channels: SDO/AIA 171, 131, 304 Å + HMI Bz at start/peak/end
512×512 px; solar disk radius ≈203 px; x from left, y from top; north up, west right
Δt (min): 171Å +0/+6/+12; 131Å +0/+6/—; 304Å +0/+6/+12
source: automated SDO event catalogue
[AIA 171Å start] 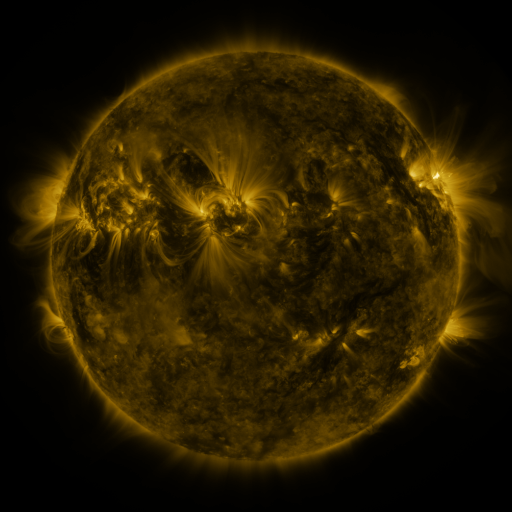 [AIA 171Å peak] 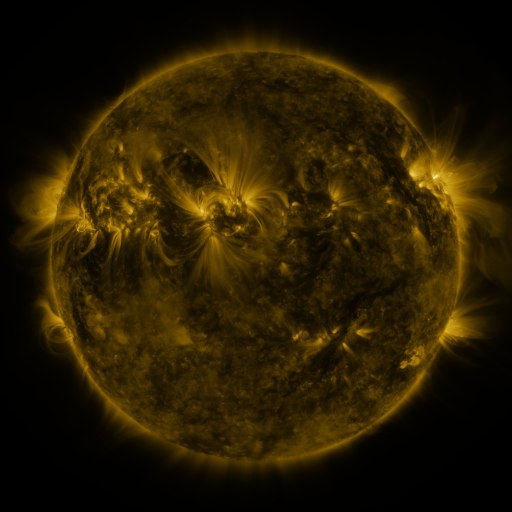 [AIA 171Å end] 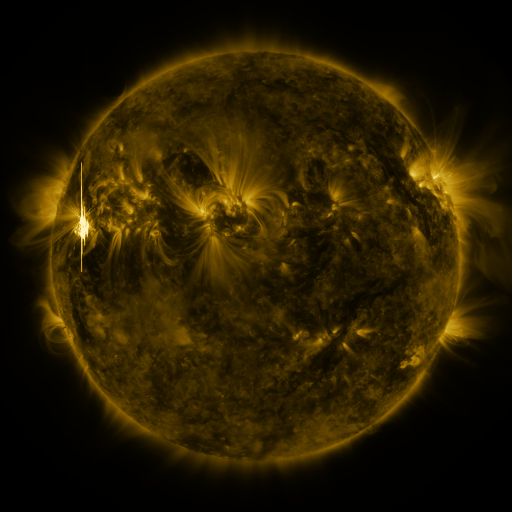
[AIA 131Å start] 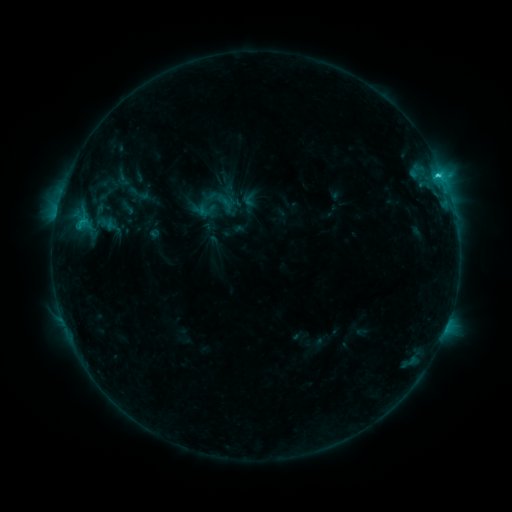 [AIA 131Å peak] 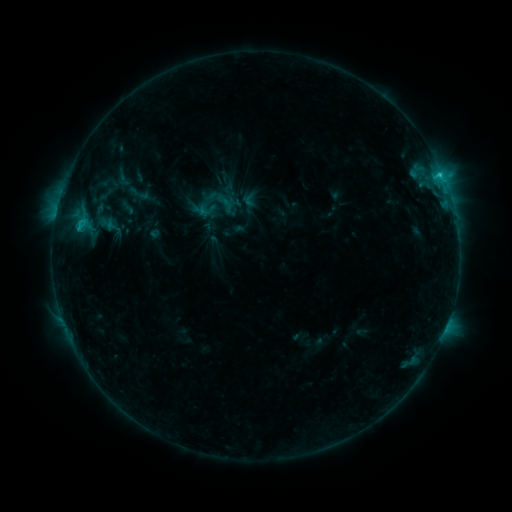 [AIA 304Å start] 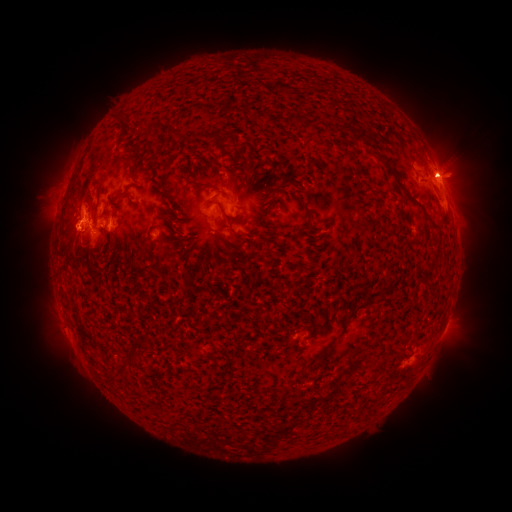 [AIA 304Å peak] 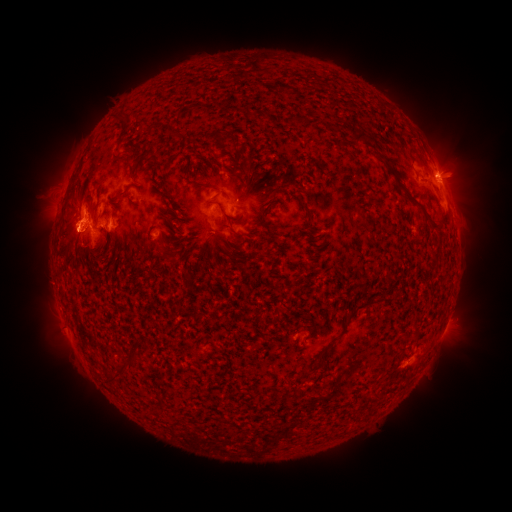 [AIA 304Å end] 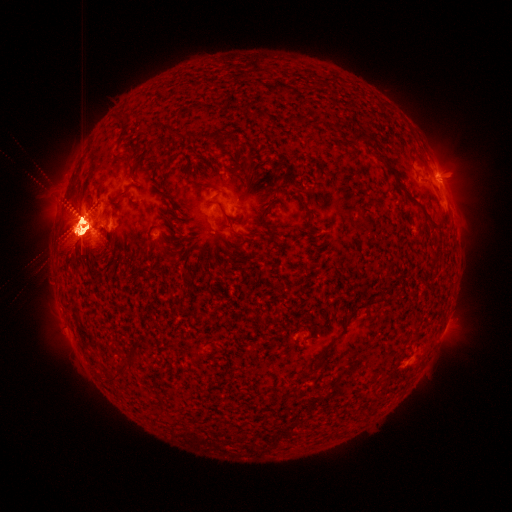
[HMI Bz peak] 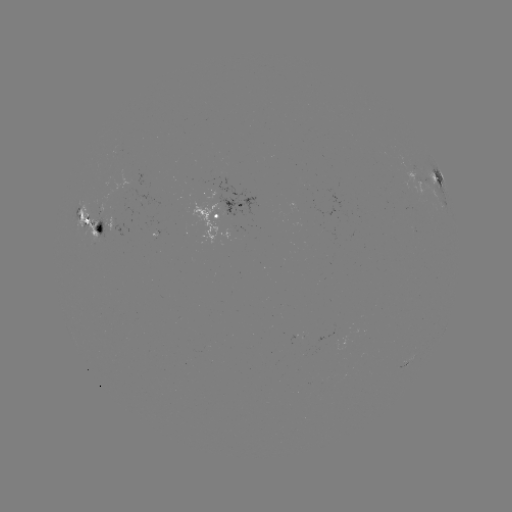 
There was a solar eruption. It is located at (71, 227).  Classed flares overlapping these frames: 1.